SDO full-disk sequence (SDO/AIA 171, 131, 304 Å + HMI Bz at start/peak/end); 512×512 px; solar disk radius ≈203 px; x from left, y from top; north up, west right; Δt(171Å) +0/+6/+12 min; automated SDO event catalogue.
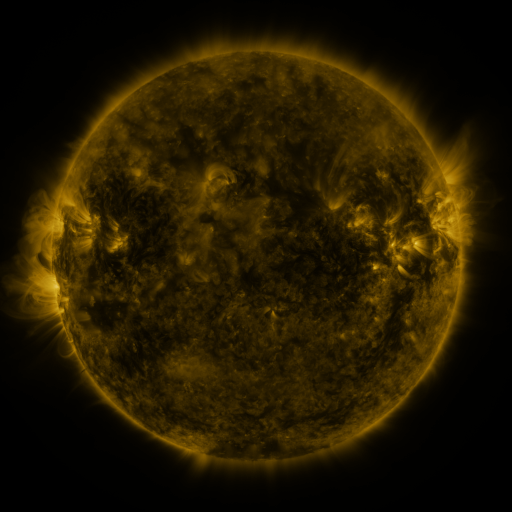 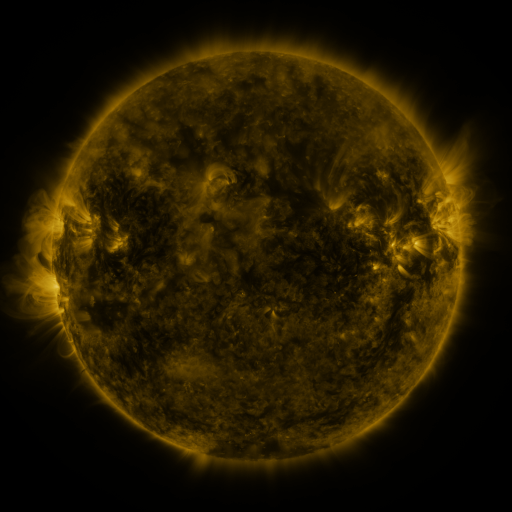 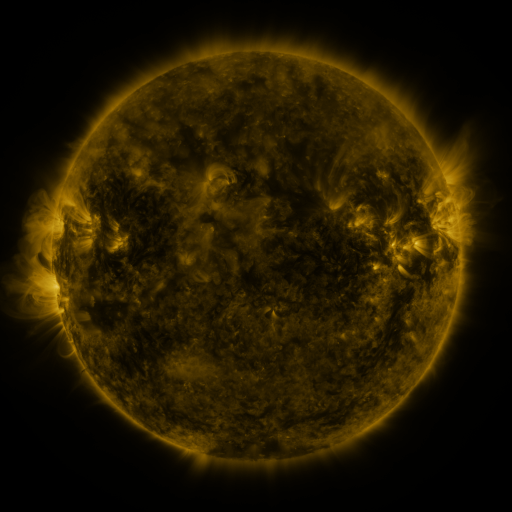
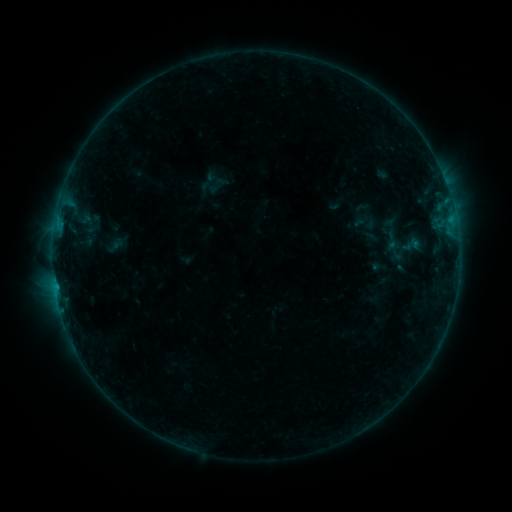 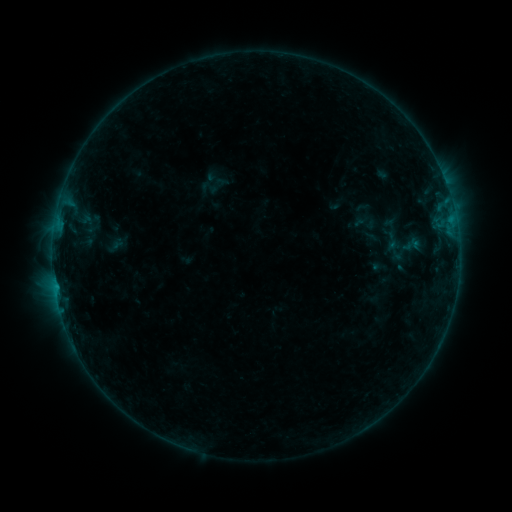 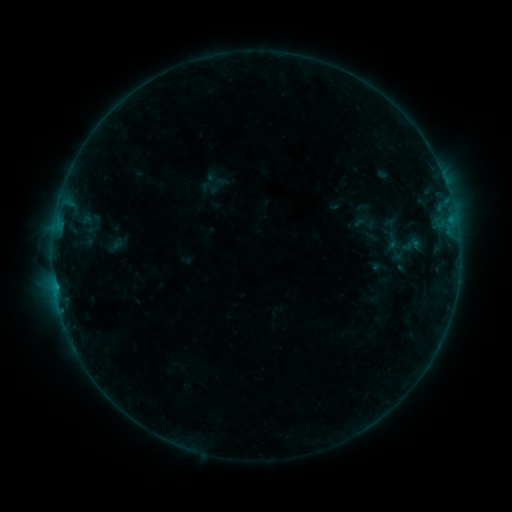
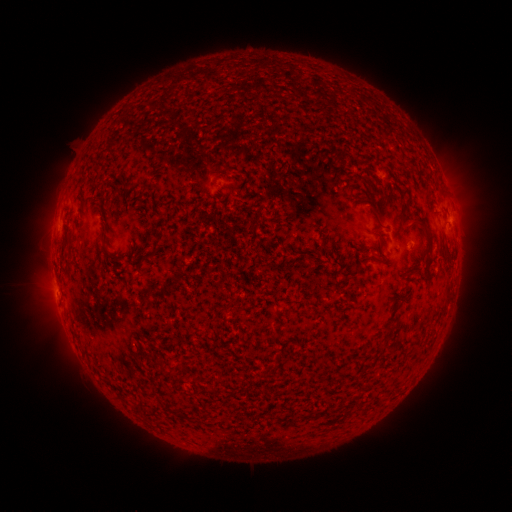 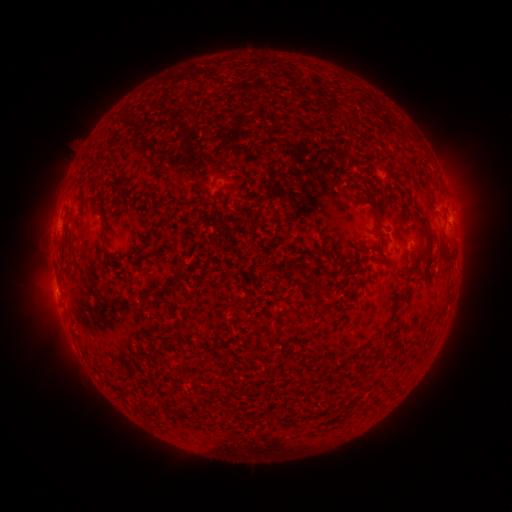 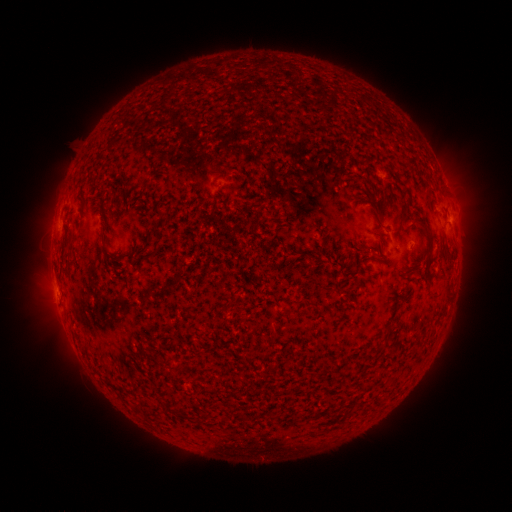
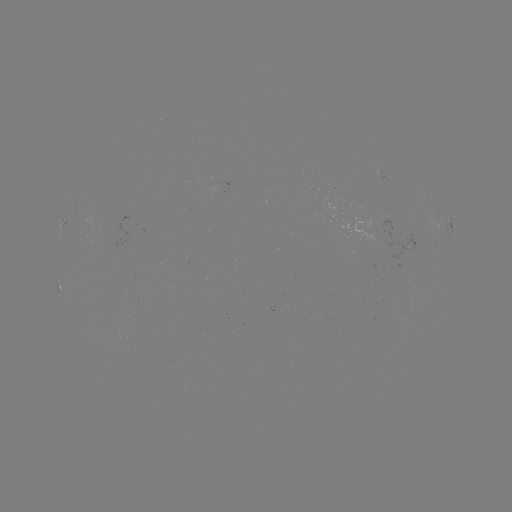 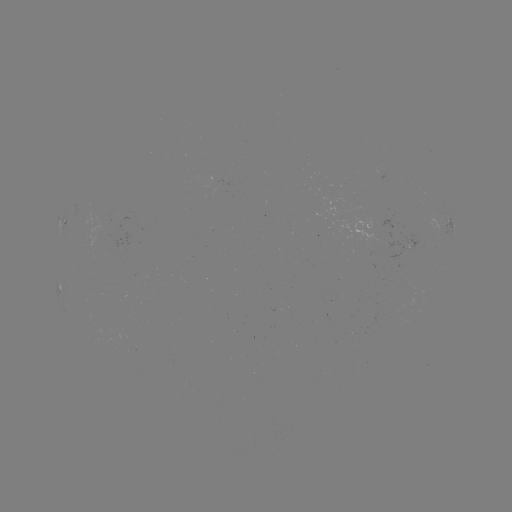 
no flare in any classed list; no EUV-trigger detection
